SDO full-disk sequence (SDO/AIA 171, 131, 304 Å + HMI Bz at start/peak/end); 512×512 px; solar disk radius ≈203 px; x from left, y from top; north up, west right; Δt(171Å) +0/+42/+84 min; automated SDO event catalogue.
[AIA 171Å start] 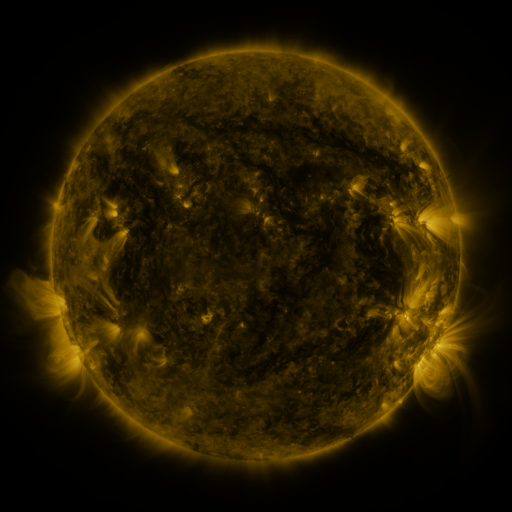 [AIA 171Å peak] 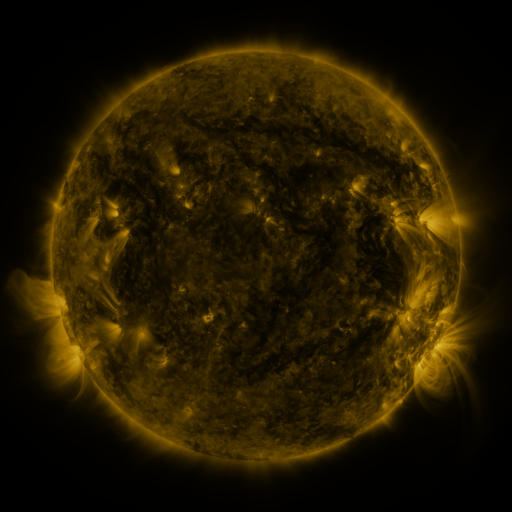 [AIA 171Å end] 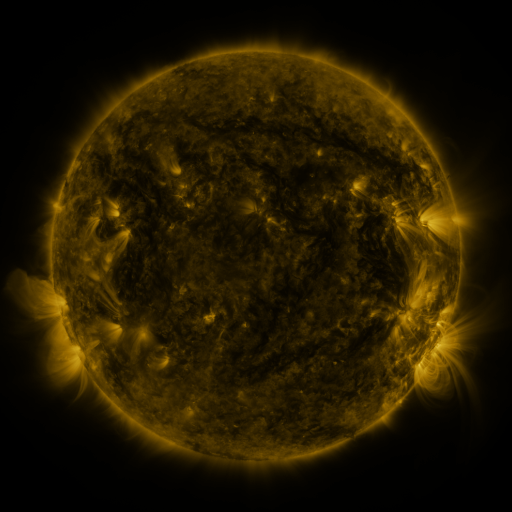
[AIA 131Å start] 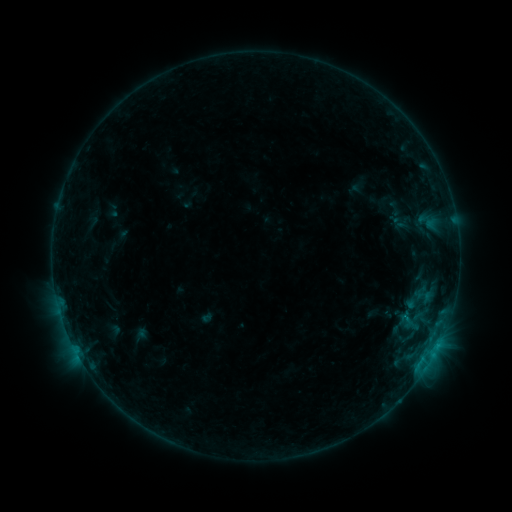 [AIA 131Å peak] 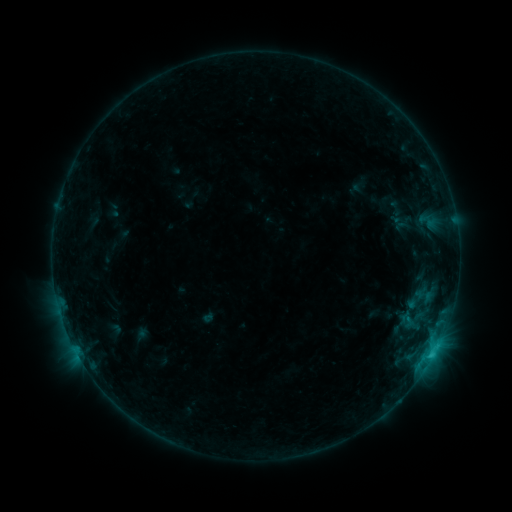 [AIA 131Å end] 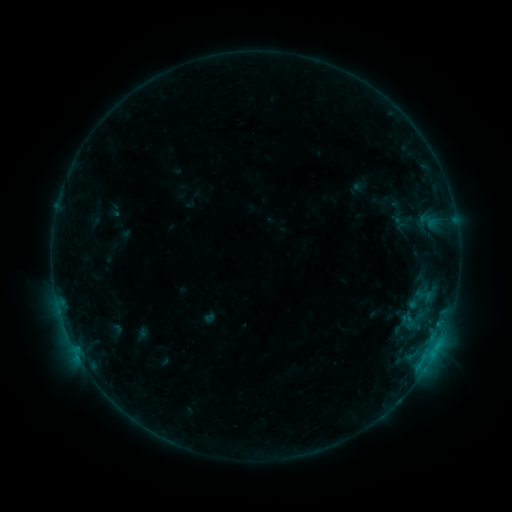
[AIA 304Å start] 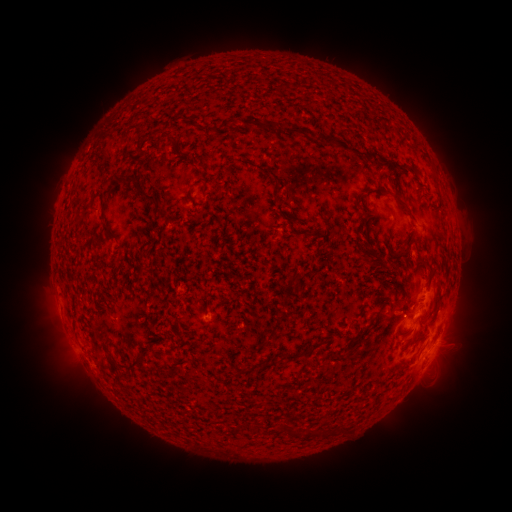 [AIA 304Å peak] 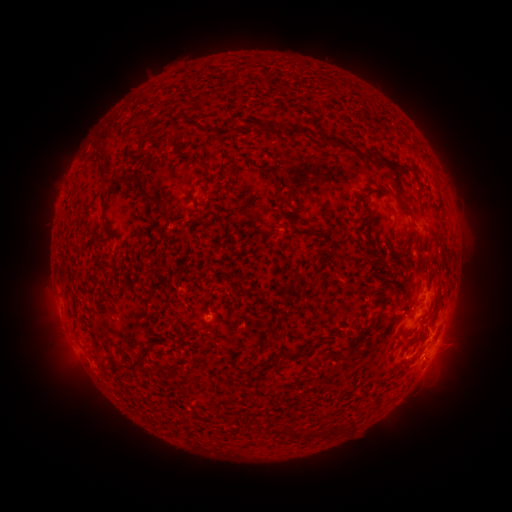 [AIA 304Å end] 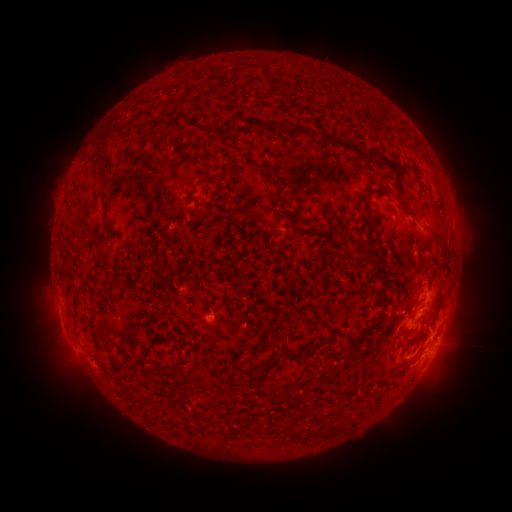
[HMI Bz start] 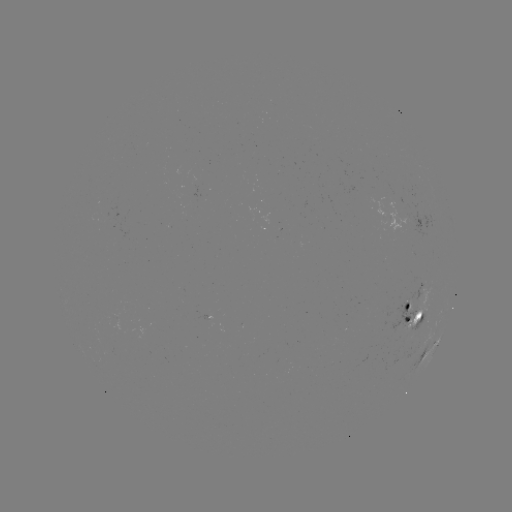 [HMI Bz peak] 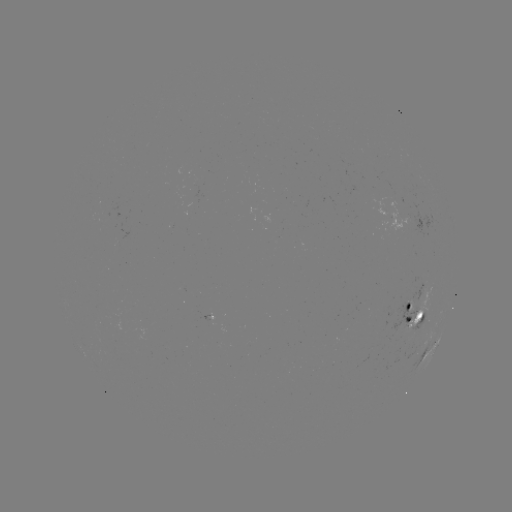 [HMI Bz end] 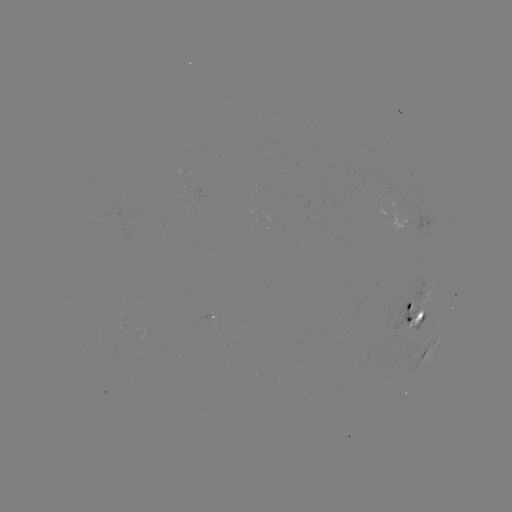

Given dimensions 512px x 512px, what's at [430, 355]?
C1.1 flare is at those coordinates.